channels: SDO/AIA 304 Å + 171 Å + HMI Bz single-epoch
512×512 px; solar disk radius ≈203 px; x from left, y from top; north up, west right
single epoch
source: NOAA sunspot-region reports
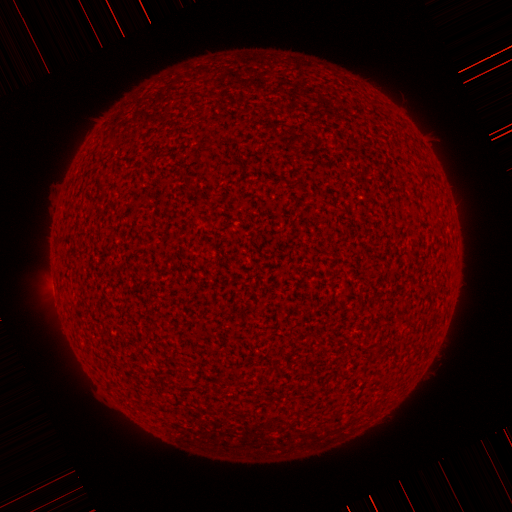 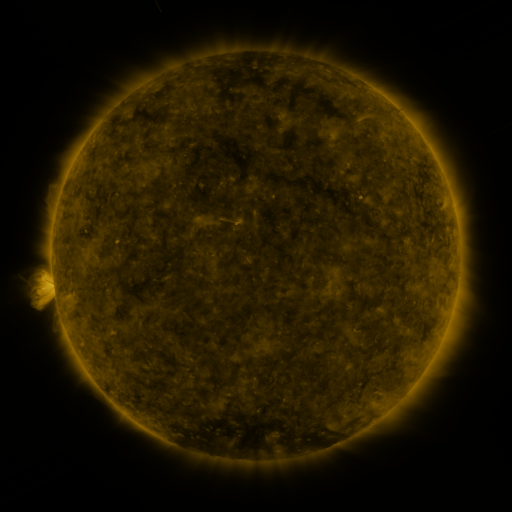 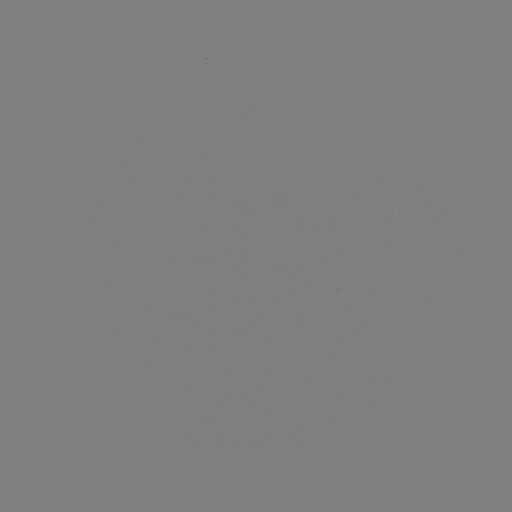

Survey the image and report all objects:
(none)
